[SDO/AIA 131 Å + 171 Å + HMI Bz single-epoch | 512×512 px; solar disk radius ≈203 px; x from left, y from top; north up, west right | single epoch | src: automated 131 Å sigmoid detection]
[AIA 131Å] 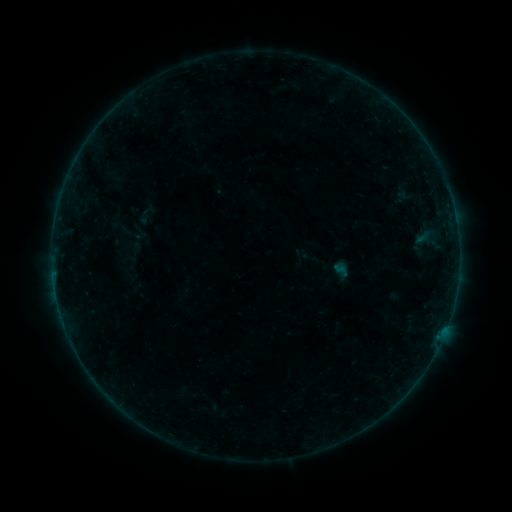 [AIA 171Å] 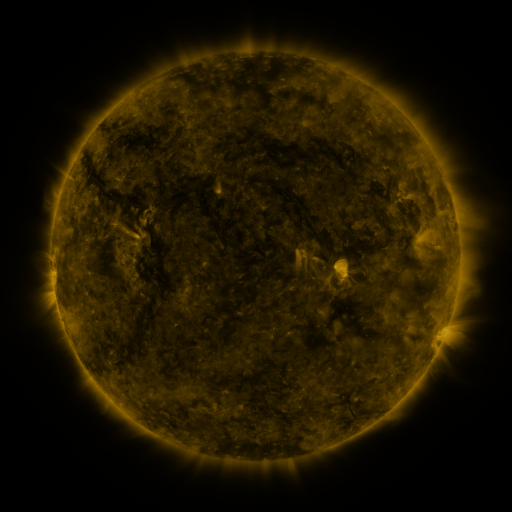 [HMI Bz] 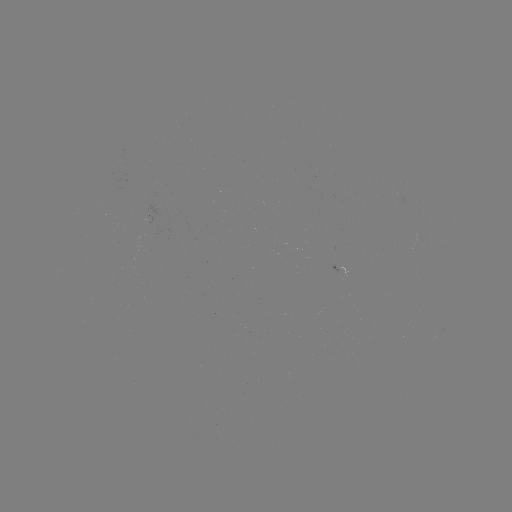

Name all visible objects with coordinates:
sigmoid: (144, 217)
